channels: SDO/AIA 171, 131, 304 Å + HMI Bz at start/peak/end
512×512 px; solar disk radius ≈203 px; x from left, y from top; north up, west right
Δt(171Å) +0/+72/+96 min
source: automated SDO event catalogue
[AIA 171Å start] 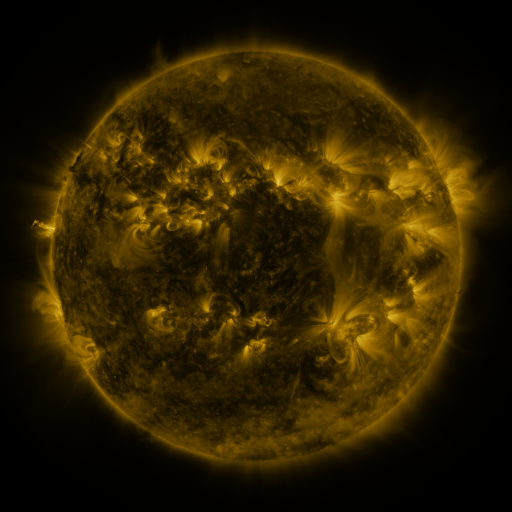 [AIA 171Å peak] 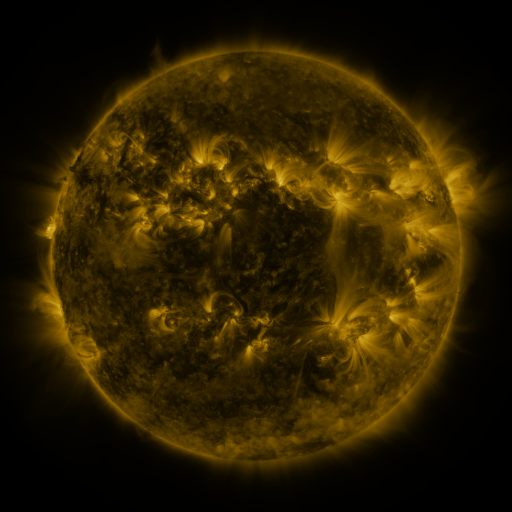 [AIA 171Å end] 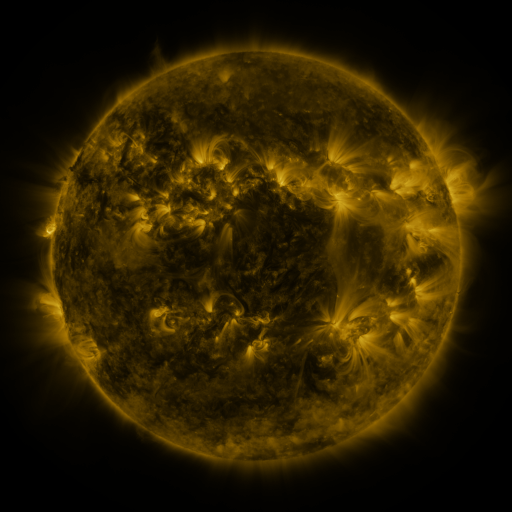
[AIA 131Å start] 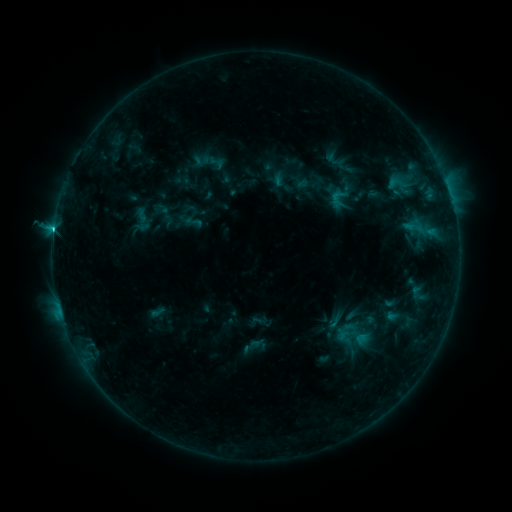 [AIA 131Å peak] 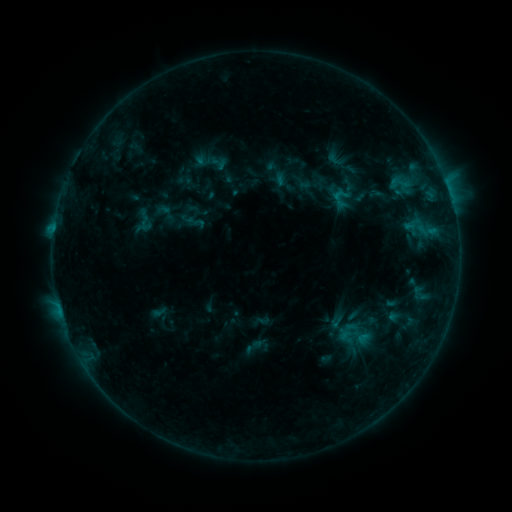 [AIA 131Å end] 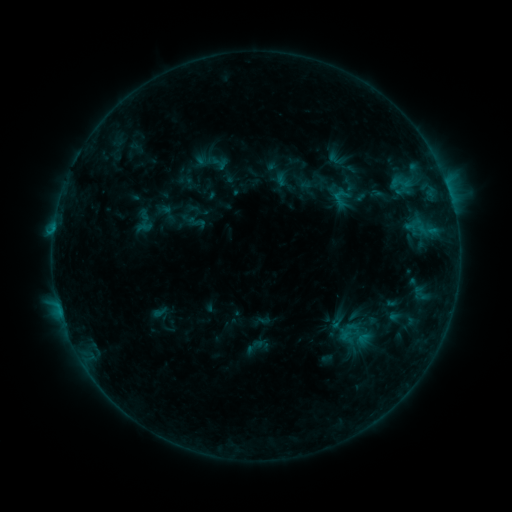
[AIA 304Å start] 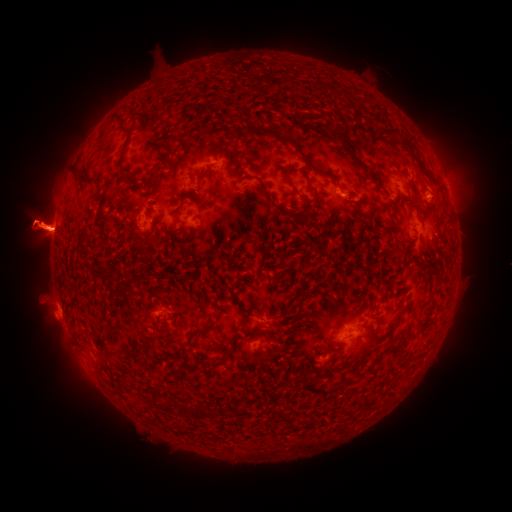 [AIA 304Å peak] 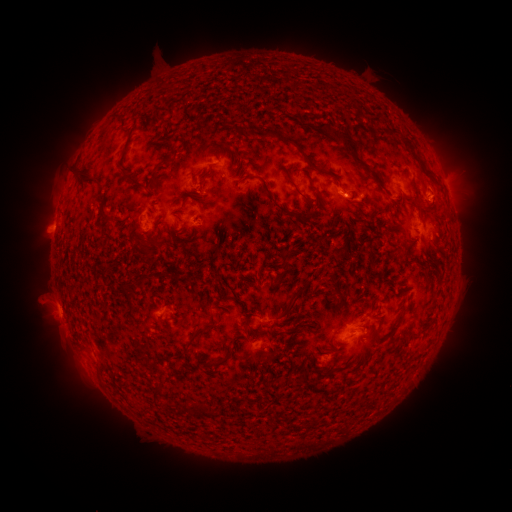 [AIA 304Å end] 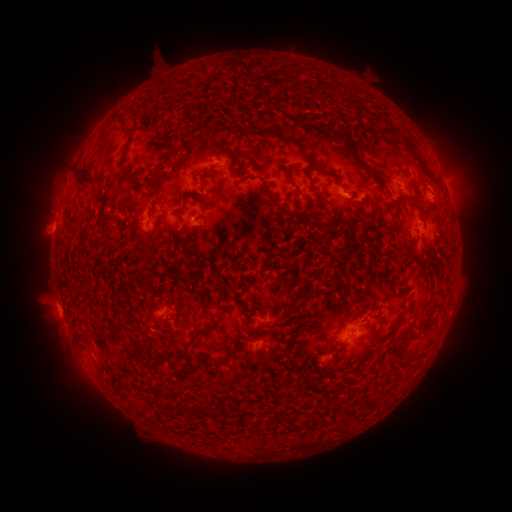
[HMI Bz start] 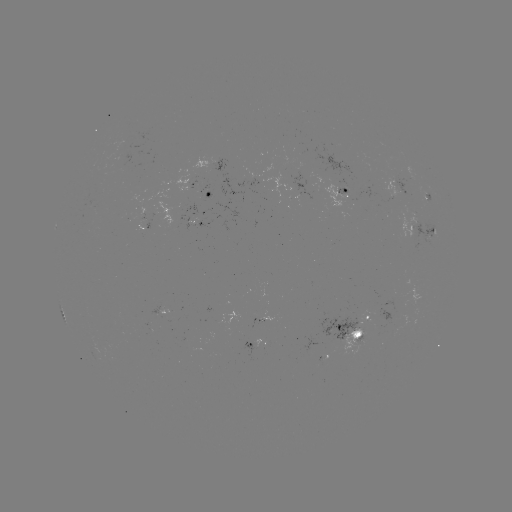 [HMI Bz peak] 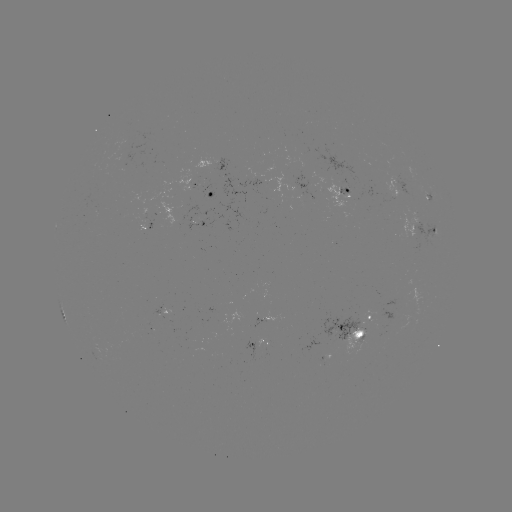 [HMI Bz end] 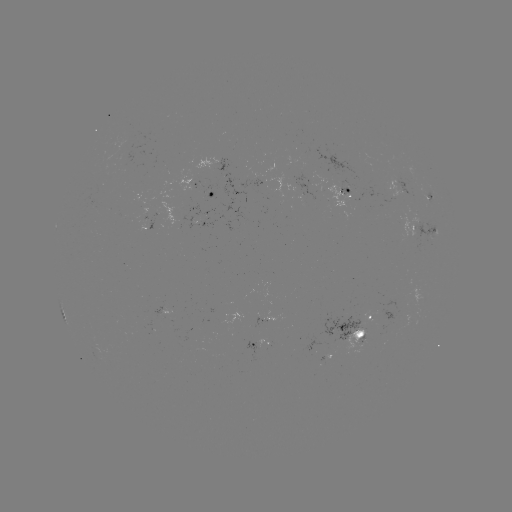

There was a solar emerging-flux region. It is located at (415, 235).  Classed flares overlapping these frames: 1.